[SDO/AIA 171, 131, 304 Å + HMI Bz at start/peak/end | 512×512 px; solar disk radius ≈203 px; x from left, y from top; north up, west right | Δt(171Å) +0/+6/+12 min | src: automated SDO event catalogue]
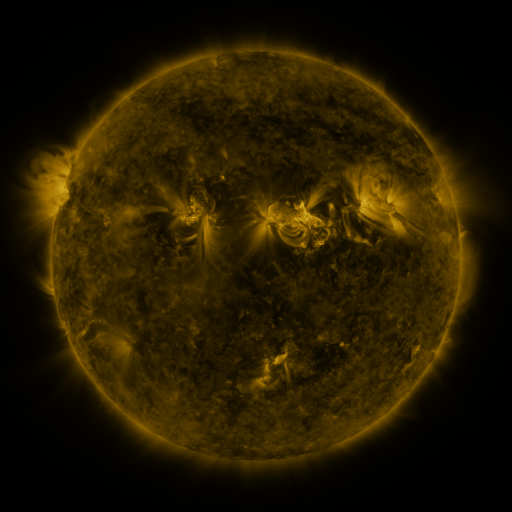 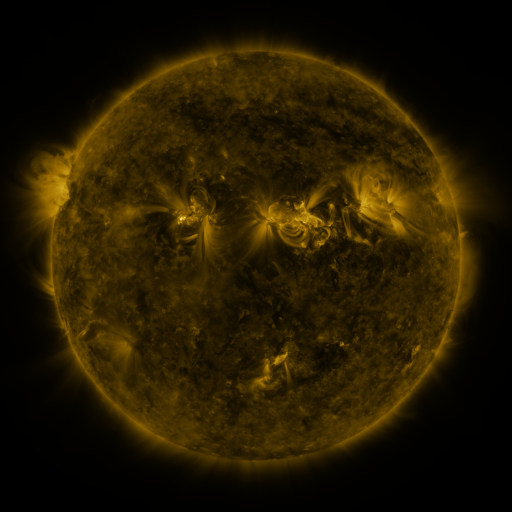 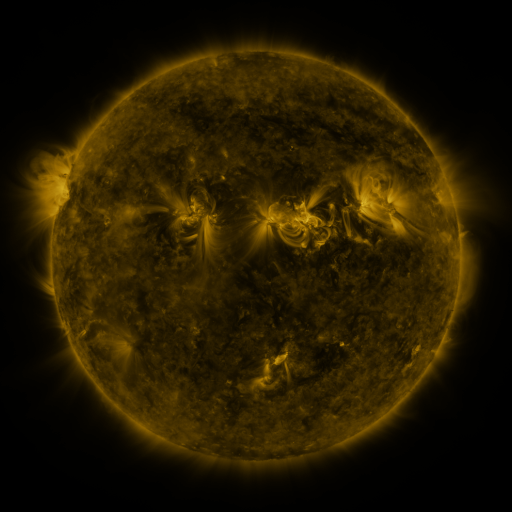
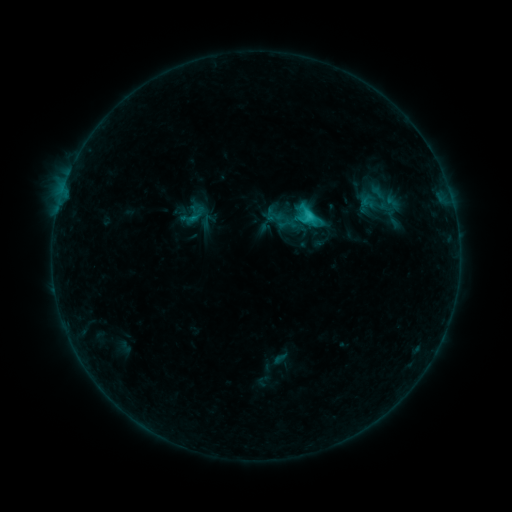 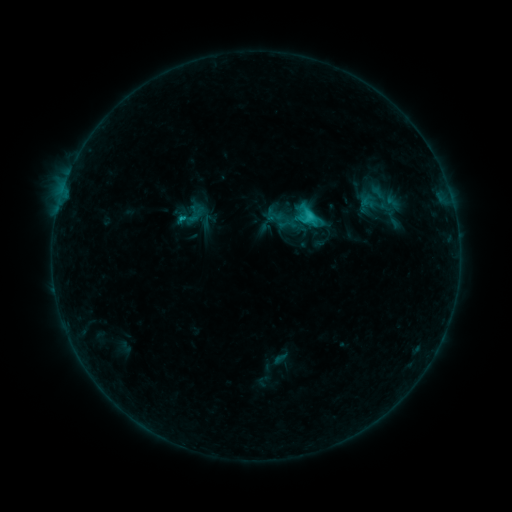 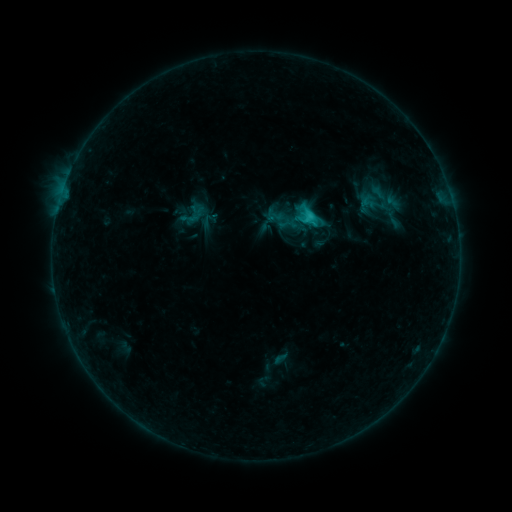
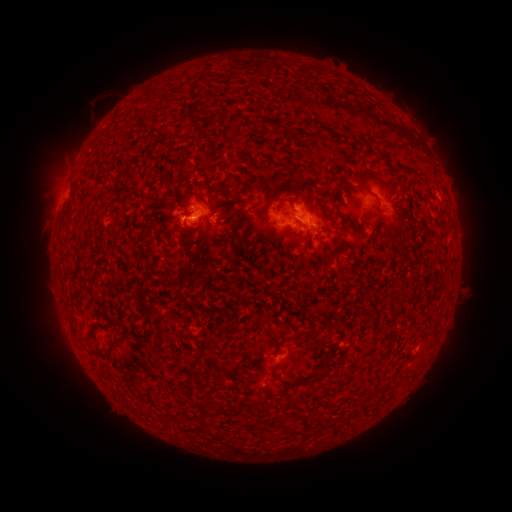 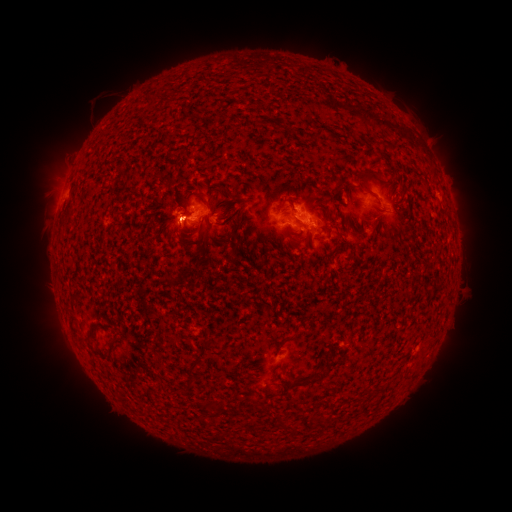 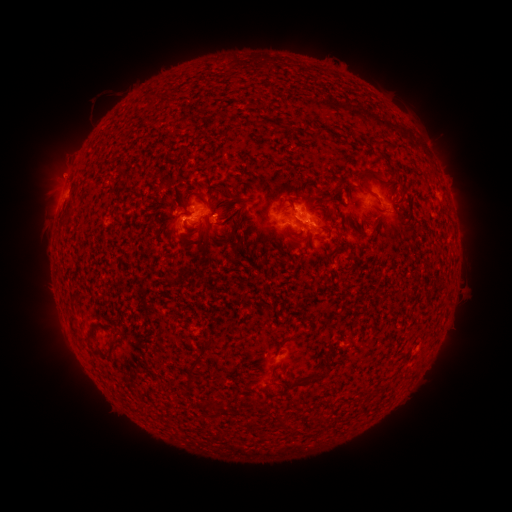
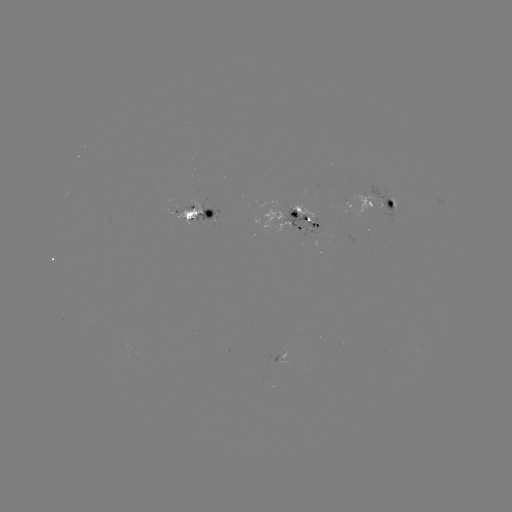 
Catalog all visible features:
eruption: (172, 228)
